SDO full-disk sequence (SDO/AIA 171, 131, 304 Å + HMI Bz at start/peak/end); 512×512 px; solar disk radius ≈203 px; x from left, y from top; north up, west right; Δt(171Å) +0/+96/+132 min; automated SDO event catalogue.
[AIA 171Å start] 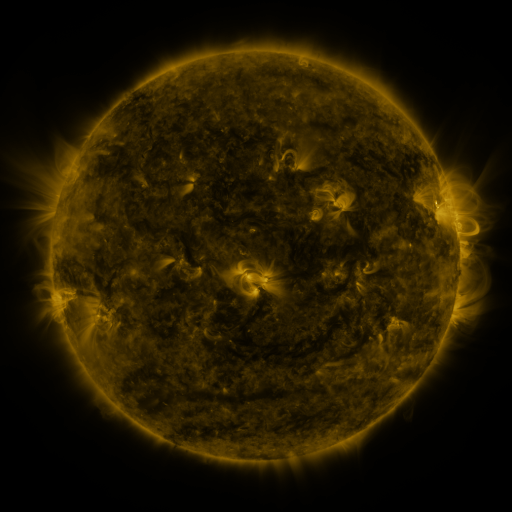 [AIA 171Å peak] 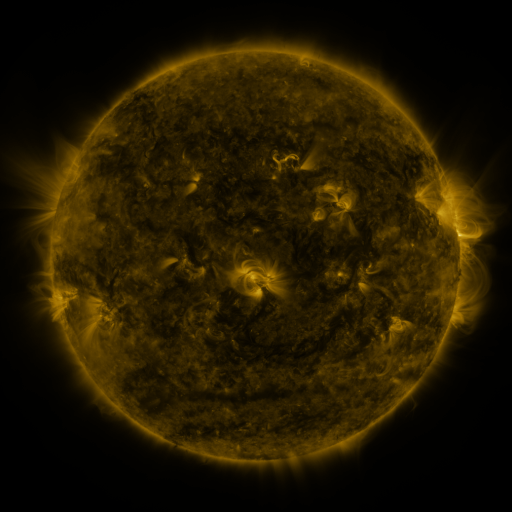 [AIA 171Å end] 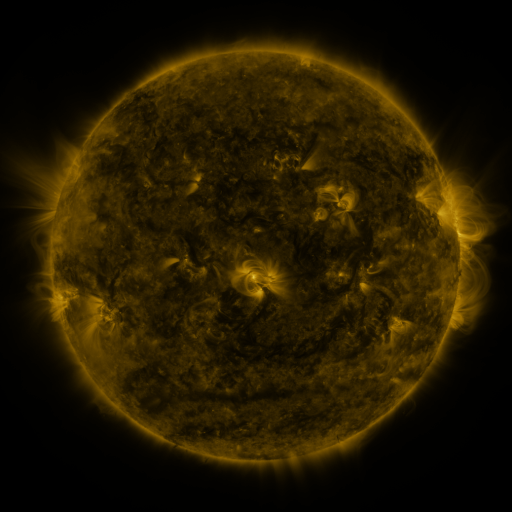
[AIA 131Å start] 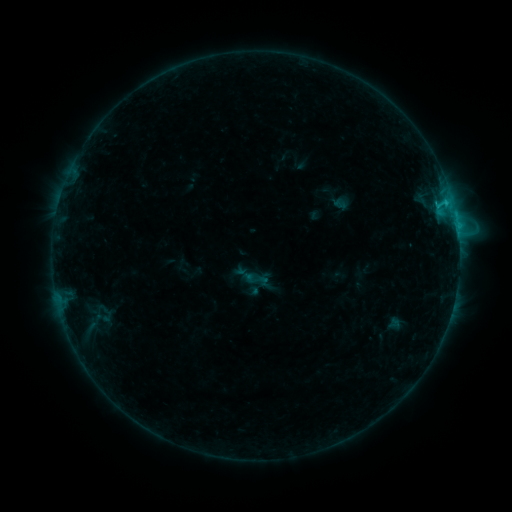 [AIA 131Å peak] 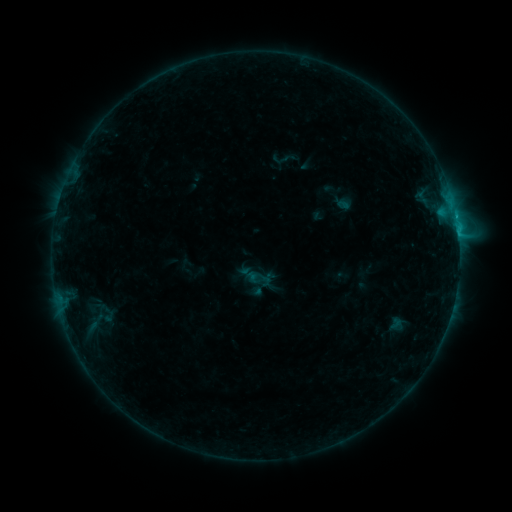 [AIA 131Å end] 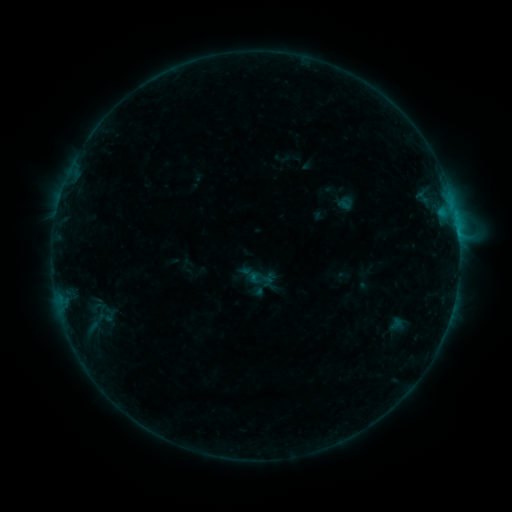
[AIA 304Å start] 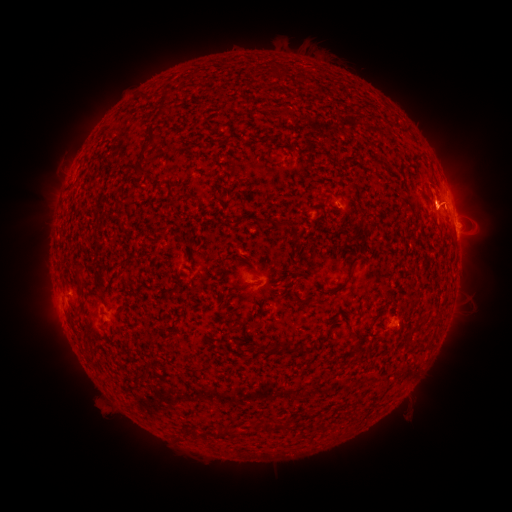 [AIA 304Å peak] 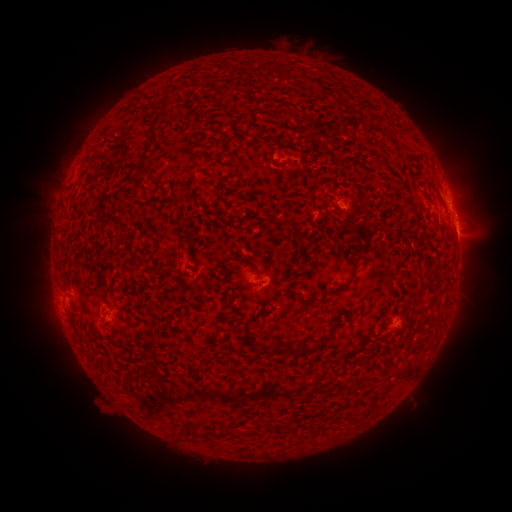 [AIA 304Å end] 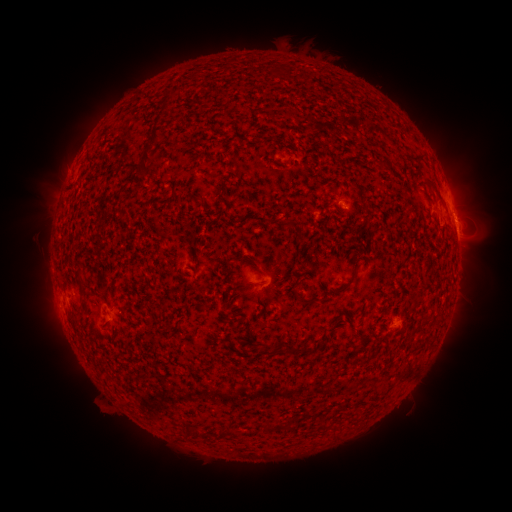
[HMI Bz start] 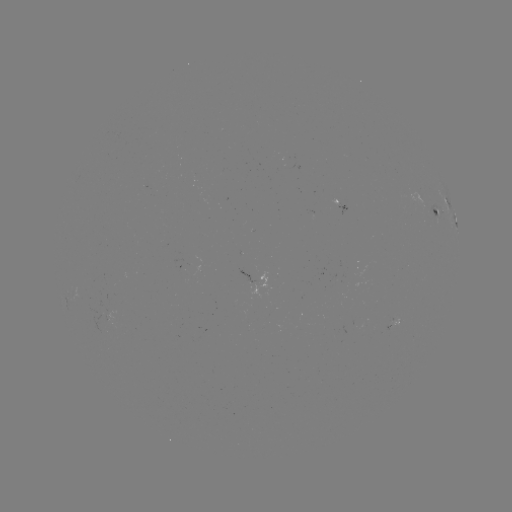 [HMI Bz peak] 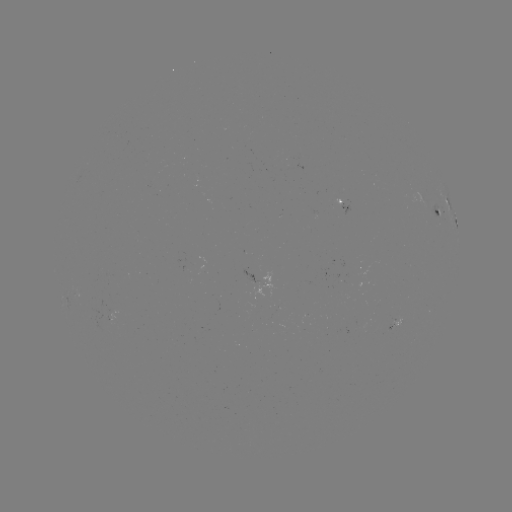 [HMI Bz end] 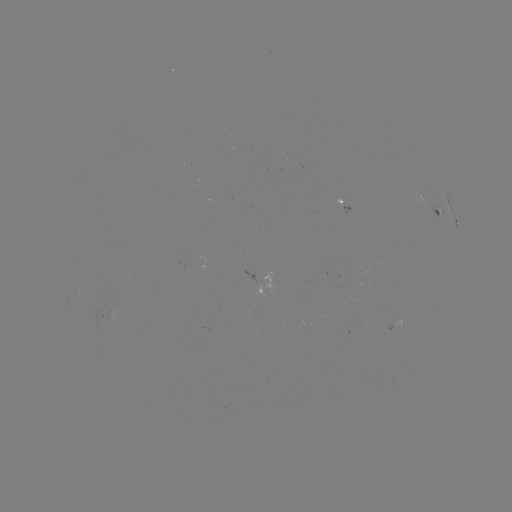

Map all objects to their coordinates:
emerging-flux region: (252, 281)
